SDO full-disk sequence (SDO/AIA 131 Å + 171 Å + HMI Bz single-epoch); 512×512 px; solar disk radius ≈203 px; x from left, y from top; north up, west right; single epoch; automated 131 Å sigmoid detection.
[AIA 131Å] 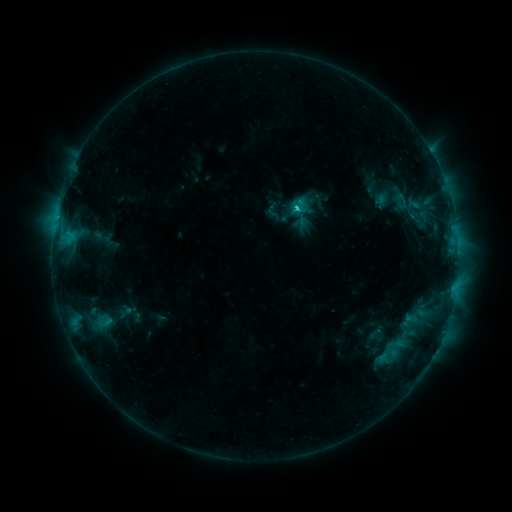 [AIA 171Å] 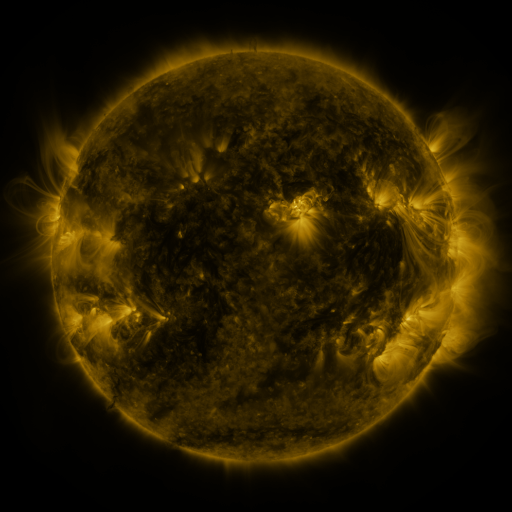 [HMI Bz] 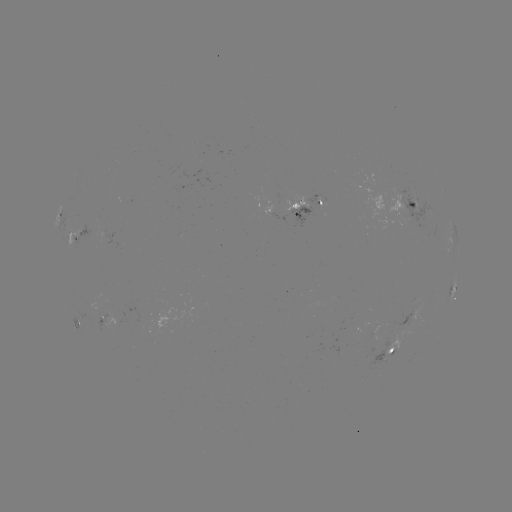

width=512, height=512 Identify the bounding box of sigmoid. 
[388, 192, 411, 210].